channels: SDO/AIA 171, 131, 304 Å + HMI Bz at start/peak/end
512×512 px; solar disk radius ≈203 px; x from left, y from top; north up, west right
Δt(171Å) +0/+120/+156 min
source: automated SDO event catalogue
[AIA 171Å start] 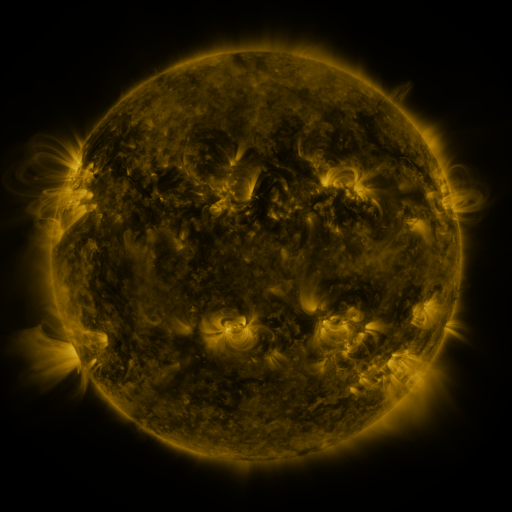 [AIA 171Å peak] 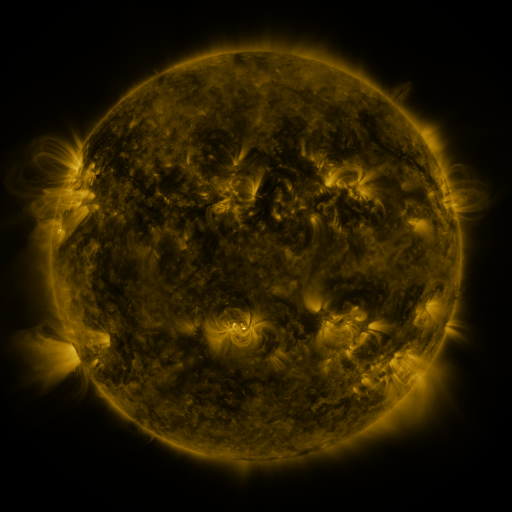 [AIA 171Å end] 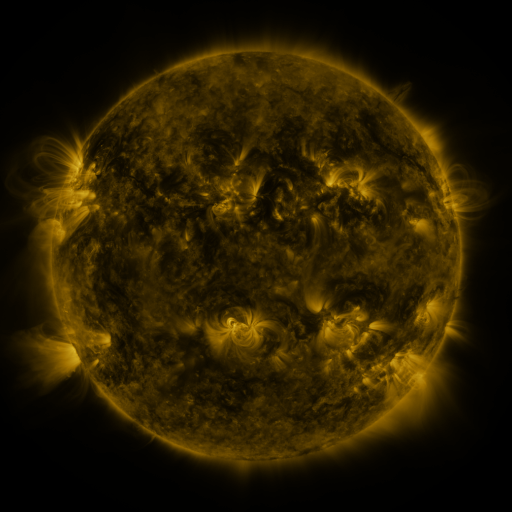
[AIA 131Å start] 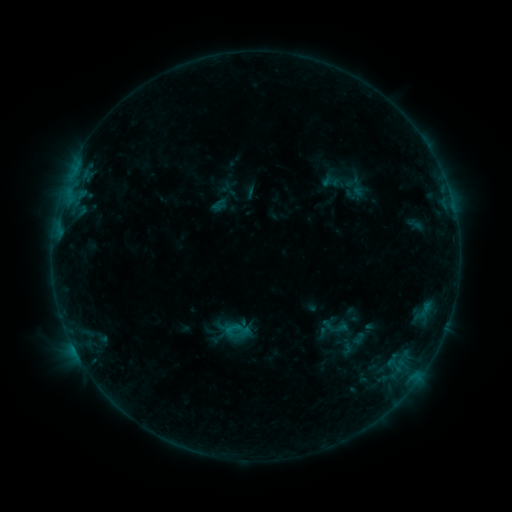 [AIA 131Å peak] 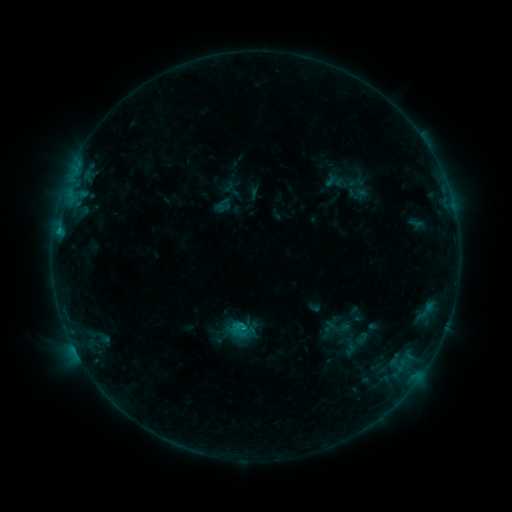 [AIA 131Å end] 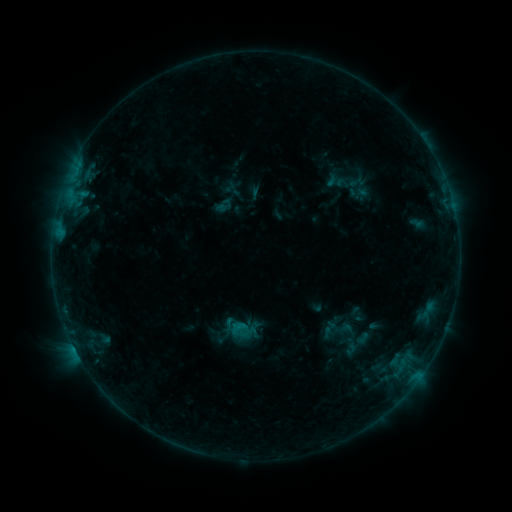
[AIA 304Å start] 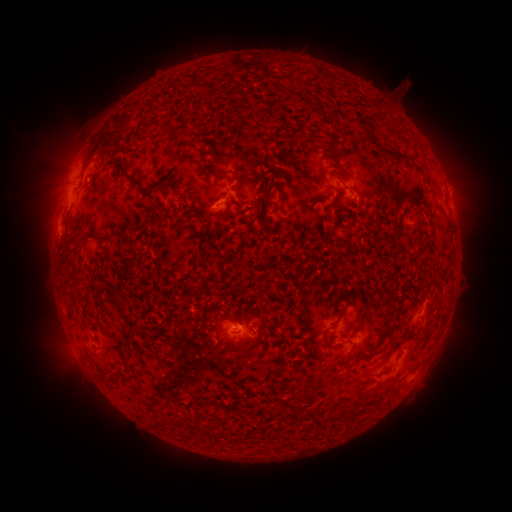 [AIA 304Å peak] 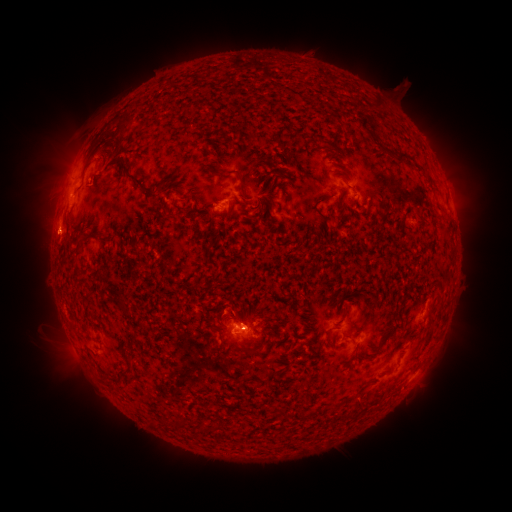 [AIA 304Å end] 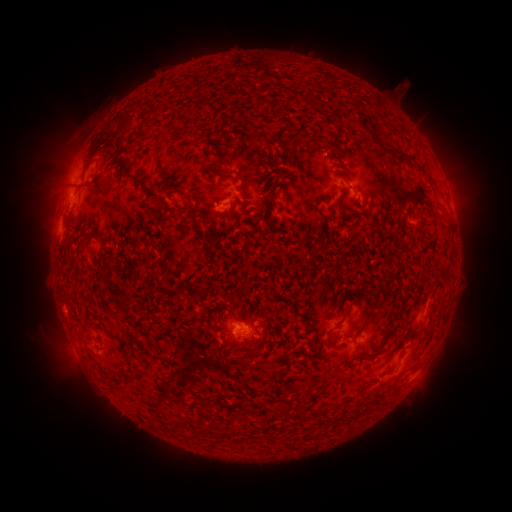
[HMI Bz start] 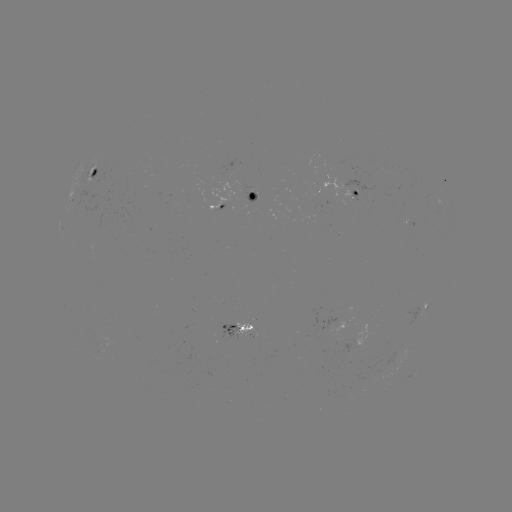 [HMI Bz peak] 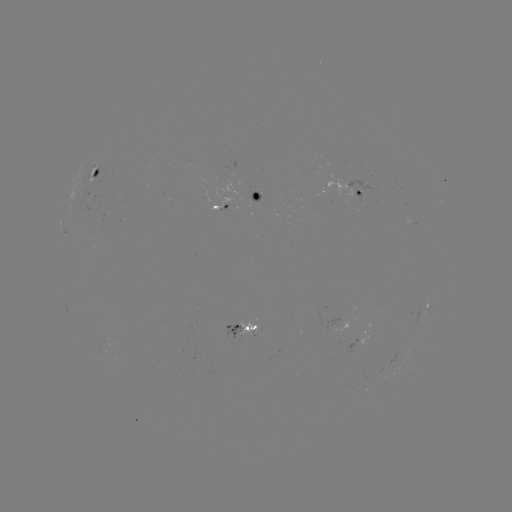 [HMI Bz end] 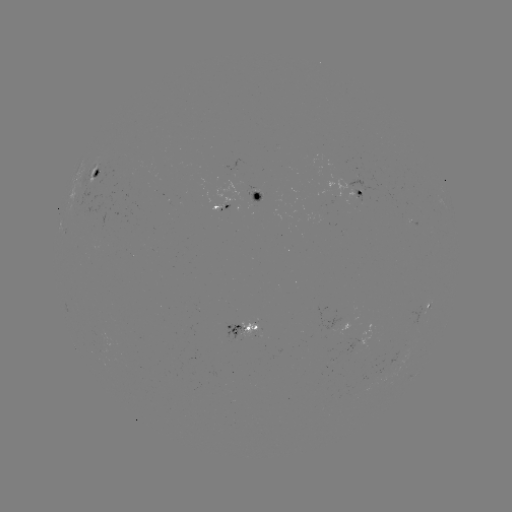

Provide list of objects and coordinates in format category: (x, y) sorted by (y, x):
emerging-flux region: (252, 331)
